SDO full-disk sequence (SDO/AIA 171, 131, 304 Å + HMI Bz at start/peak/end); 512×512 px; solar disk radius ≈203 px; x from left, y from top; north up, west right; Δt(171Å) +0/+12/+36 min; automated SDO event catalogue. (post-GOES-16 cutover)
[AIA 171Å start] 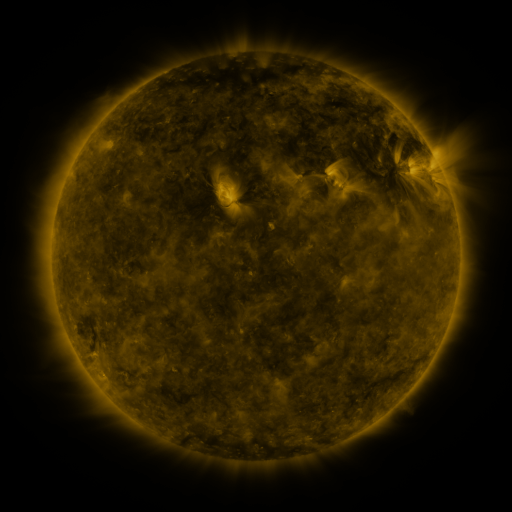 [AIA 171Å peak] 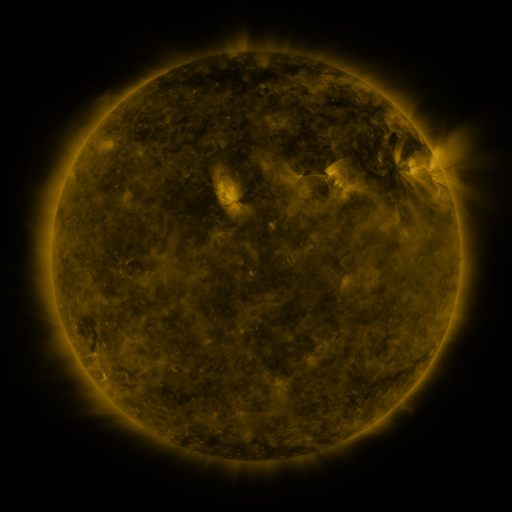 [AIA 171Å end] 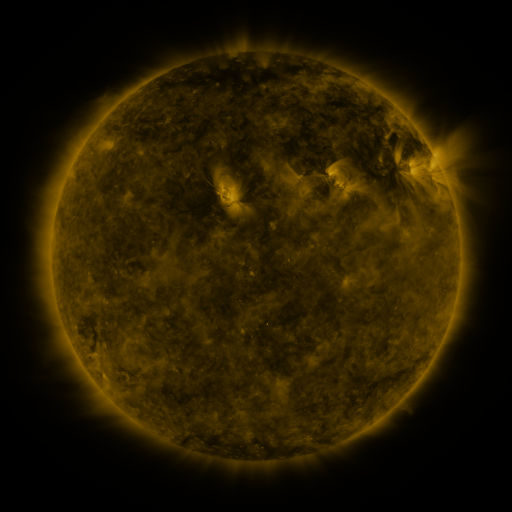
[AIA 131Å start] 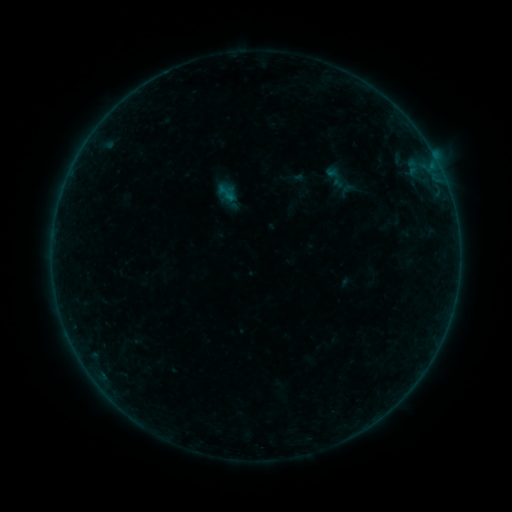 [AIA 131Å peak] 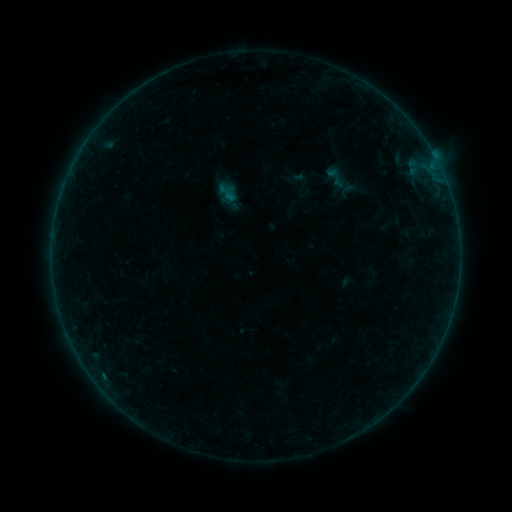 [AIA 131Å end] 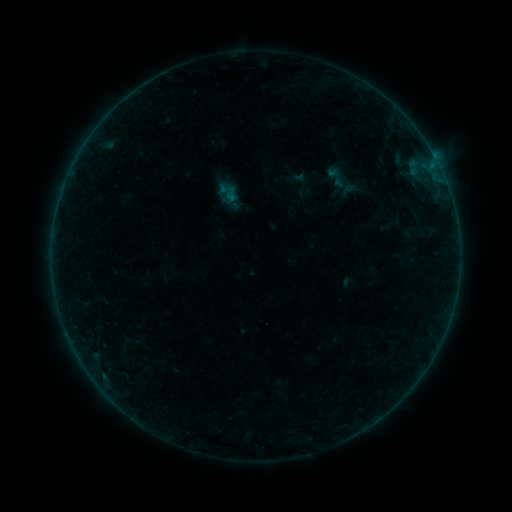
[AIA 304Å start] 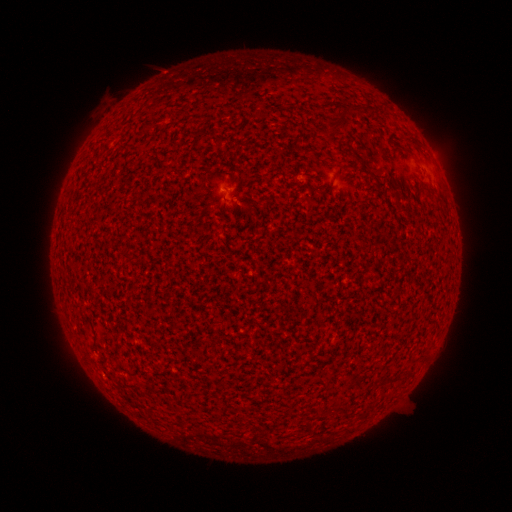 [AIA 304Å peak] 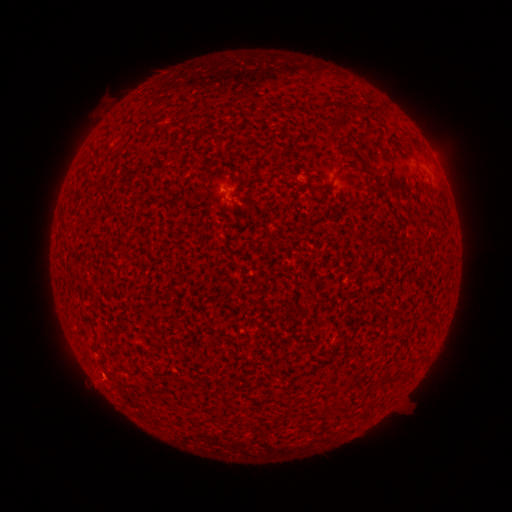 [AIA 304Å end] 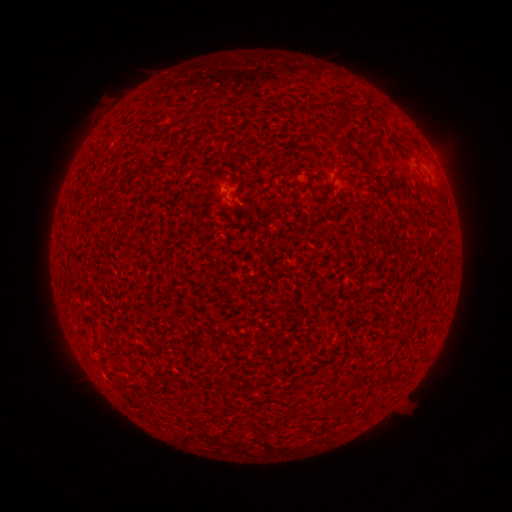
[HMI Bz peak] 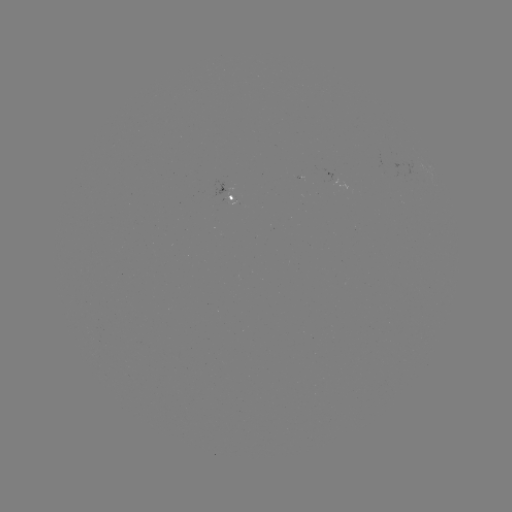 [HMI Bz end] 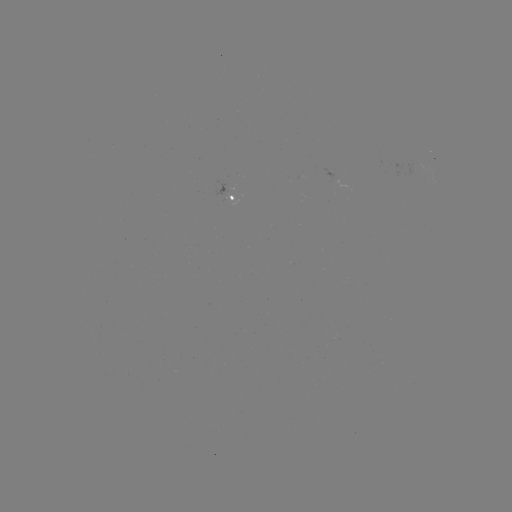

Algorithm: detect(A6.5 flare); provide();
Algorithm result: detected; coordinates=[103, 374]